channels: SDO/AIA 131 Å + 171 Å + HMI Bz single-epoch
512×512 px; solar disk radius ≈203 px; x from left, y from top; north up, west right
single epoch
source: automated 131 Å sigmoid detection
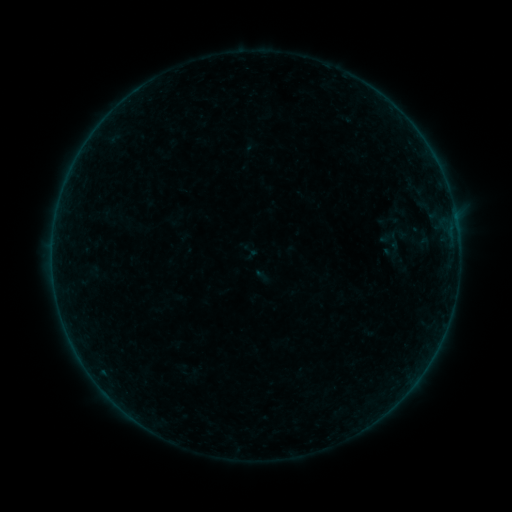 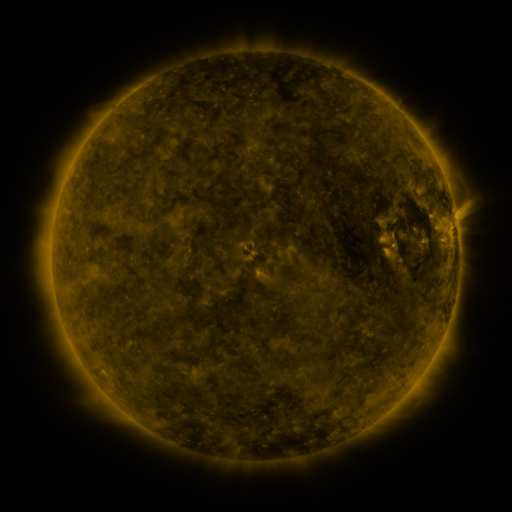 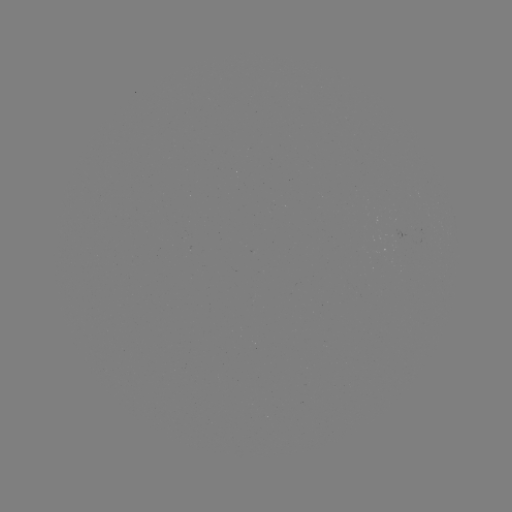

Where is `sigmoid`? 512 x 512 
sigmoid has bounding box [241, 241, 260, 260].